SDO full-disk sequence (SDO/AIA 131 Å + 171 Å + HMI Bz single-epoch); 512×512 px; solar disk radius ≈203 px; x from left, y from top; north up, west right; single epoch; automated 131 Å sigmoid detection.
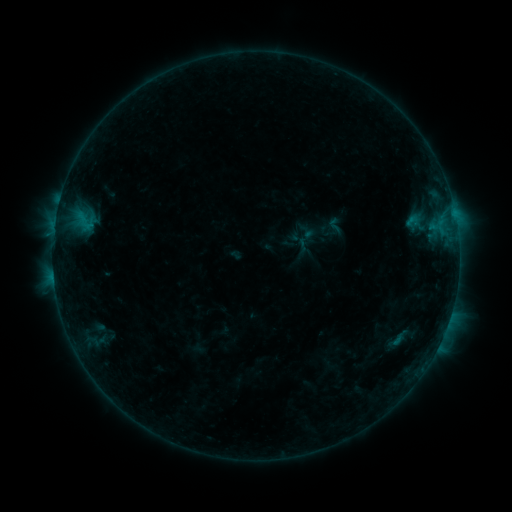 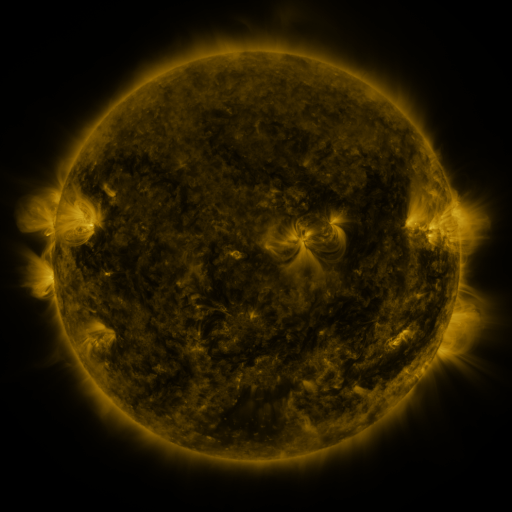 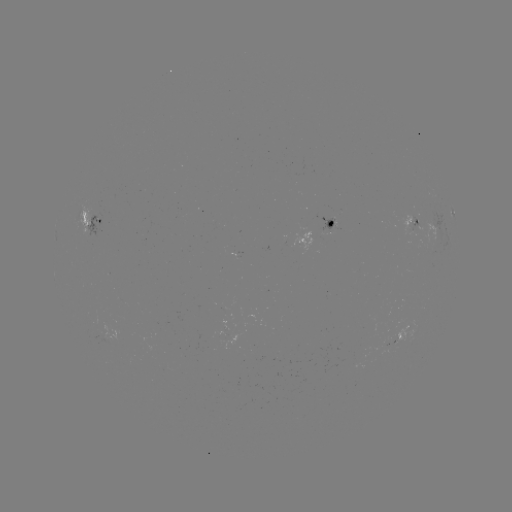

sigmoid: [324, 217, 345, 234]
